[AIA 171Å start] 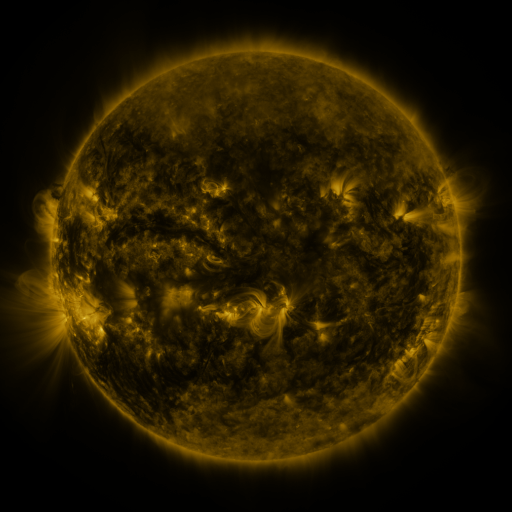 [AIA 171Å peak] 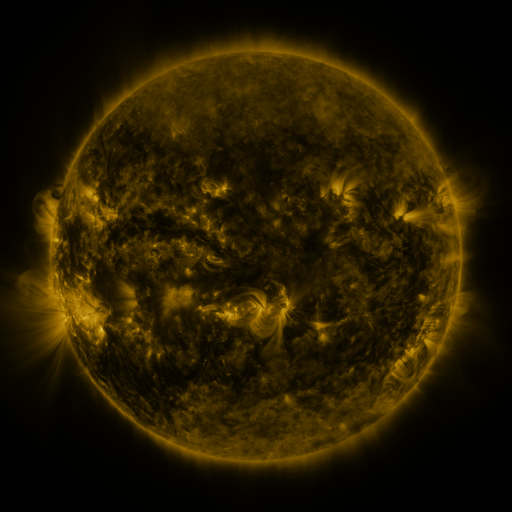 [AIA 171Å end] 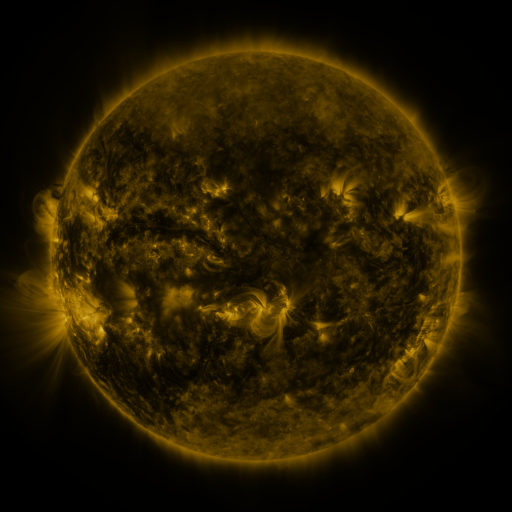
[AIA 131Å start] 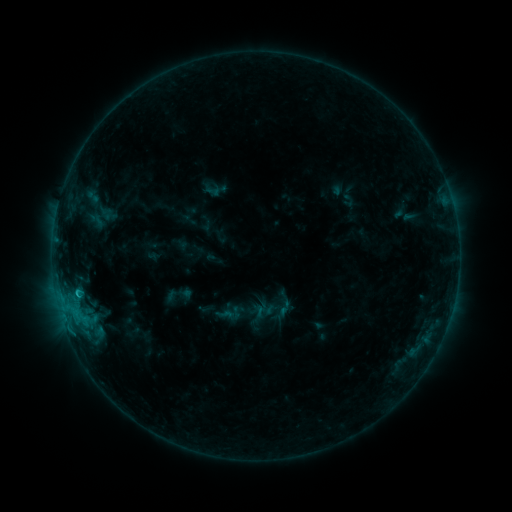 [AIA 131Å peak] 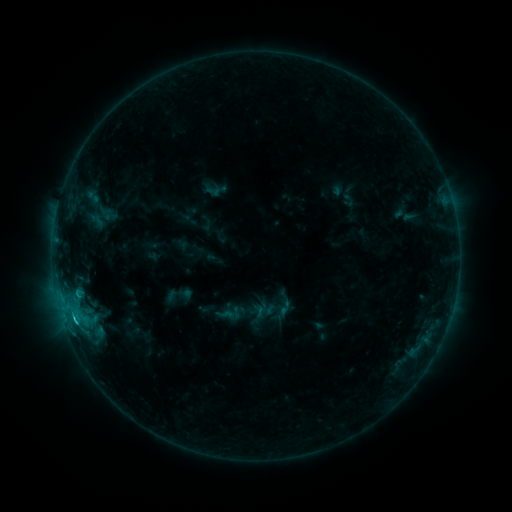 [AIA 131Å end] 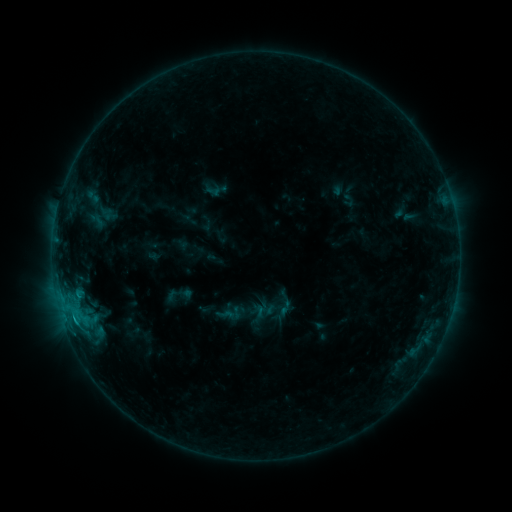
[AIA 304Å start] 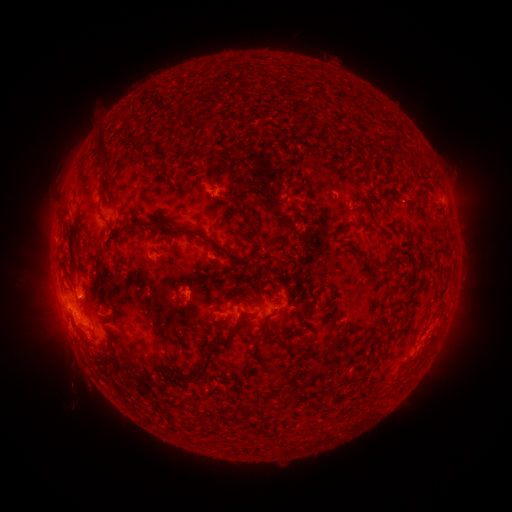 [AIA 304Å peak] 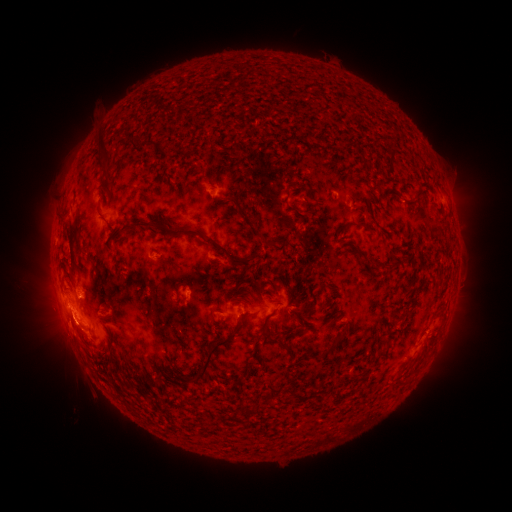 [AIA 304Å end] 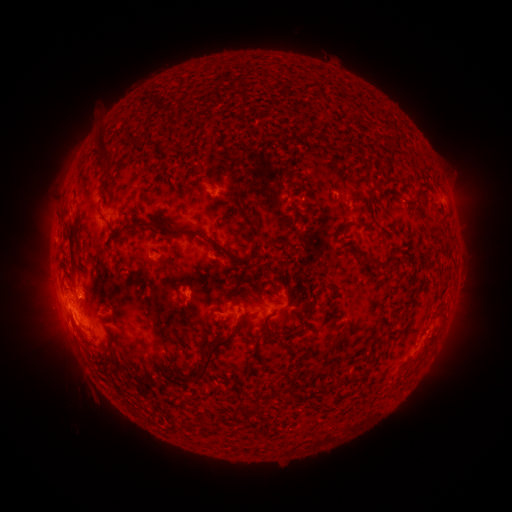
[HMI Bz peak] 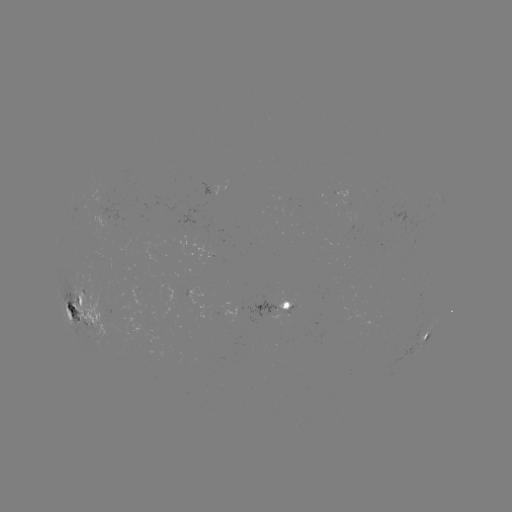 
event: flare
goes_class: C1.7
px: (79, 293)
